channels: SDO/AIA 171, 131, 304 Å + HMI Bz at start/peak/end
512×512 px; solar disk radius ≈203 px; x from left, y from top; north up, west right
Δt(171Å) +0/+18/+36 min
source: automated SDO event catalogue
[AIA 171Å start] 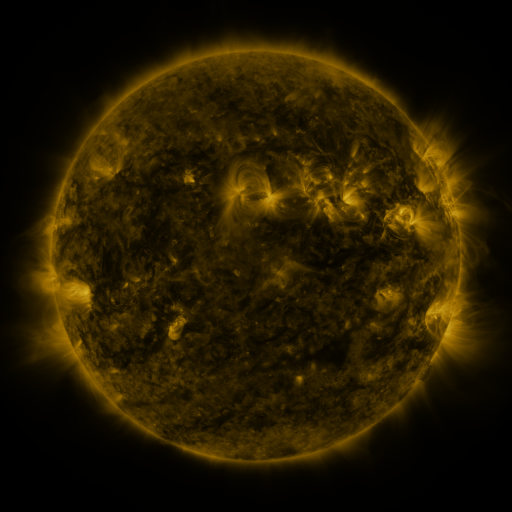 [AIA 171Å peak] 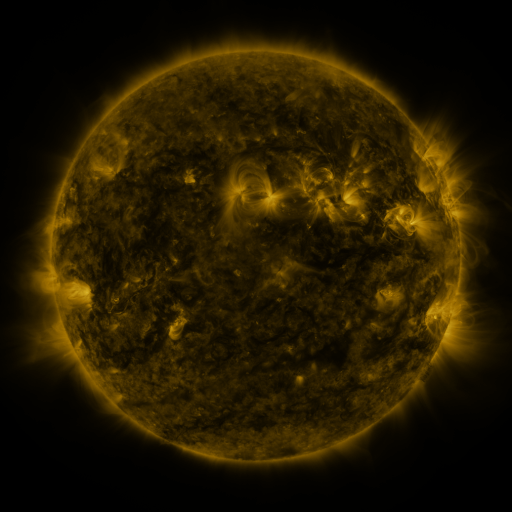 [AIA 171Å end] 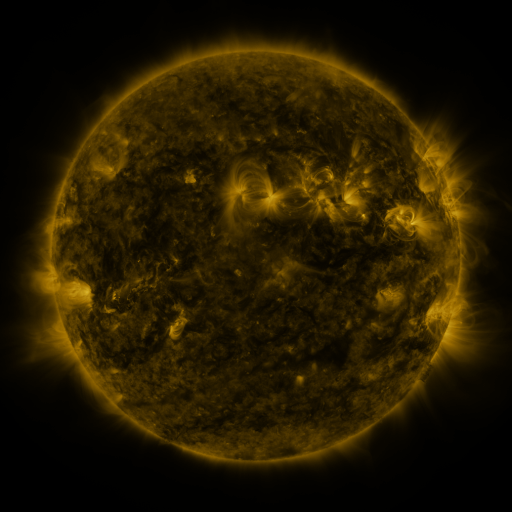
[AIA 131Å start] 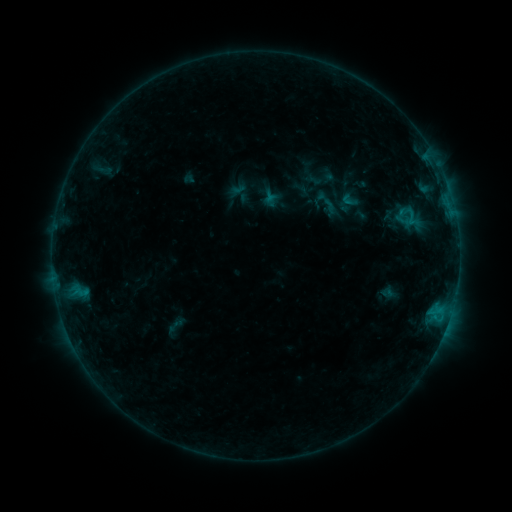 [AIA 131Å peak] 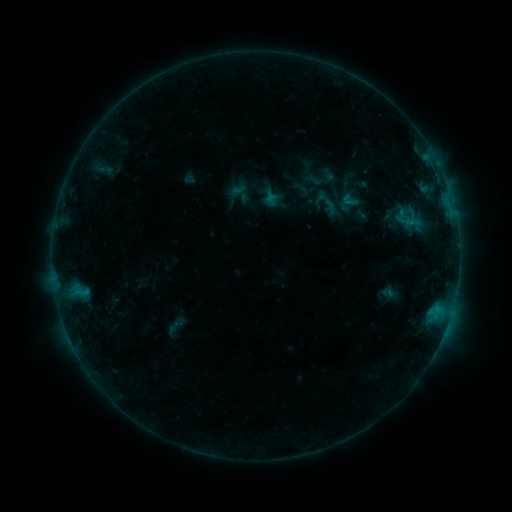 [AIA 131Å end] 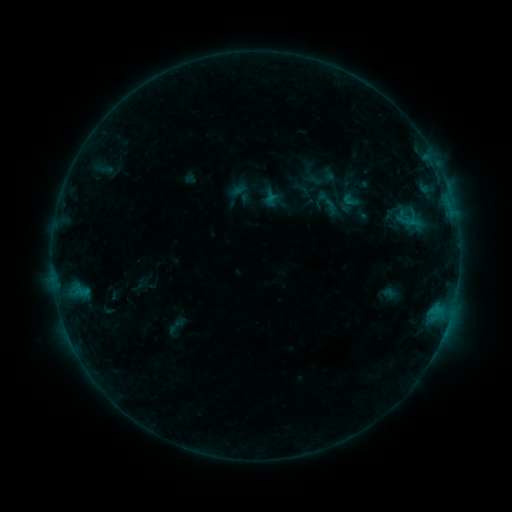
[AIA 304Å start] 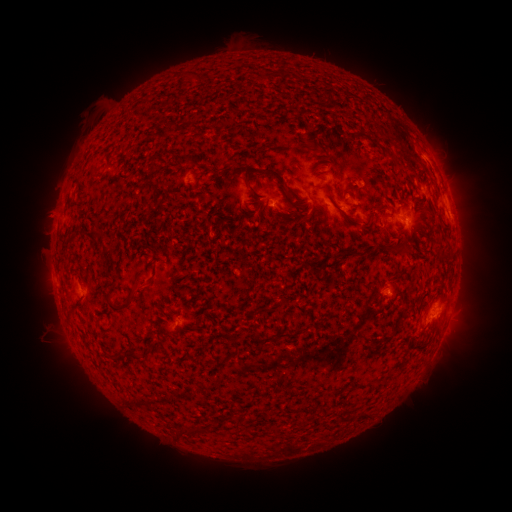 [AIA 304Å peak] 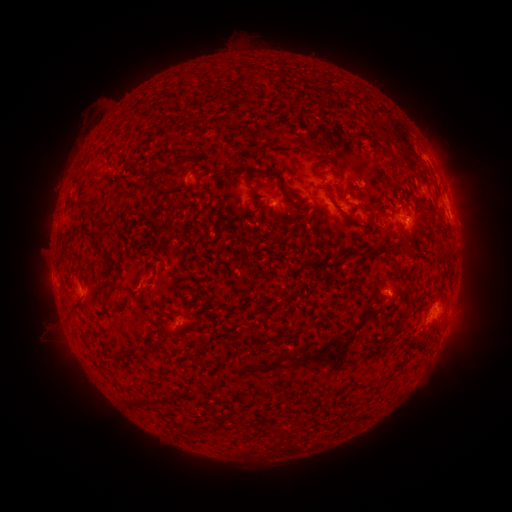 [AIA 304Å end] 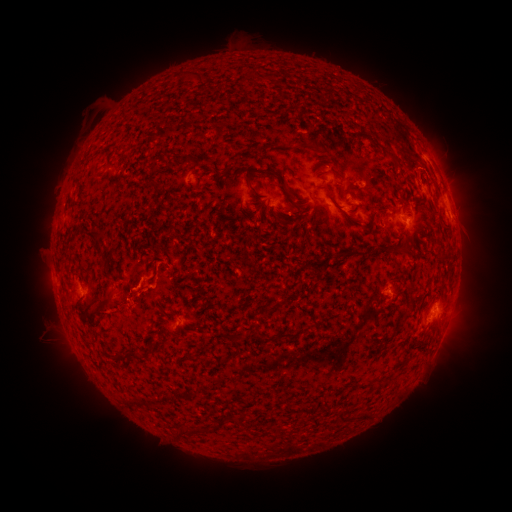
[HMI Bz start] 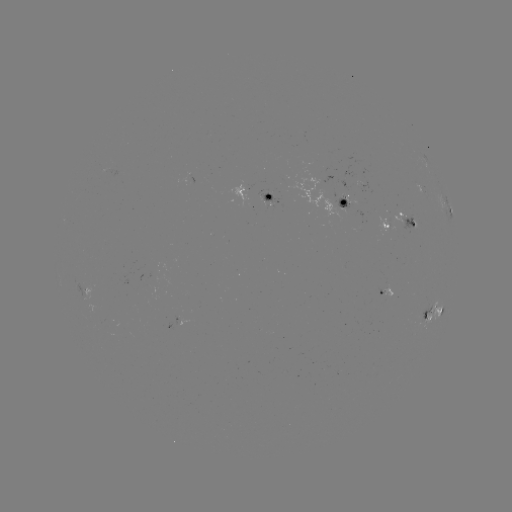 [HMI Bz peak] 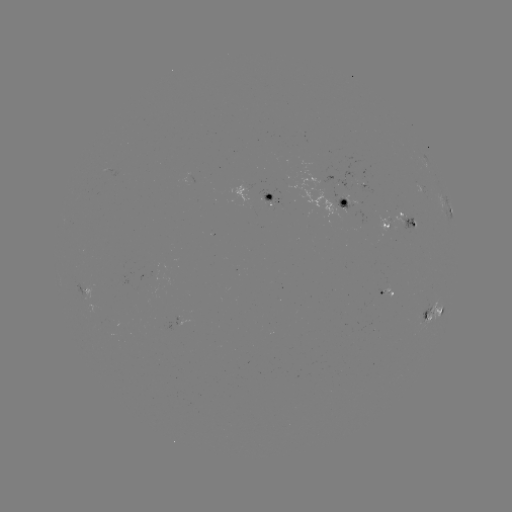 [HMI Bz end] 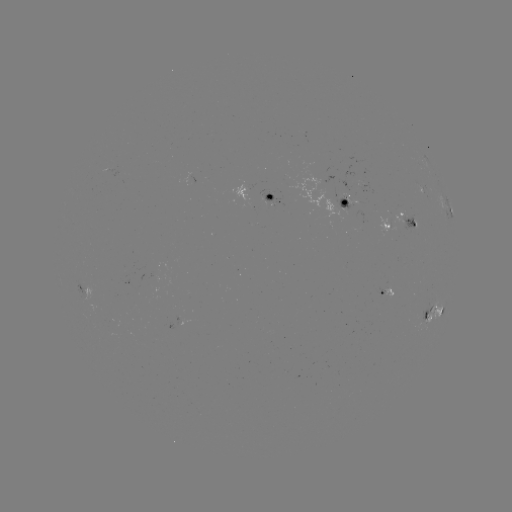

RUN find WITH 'eruption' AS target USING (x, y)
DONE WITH (115, 308) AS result